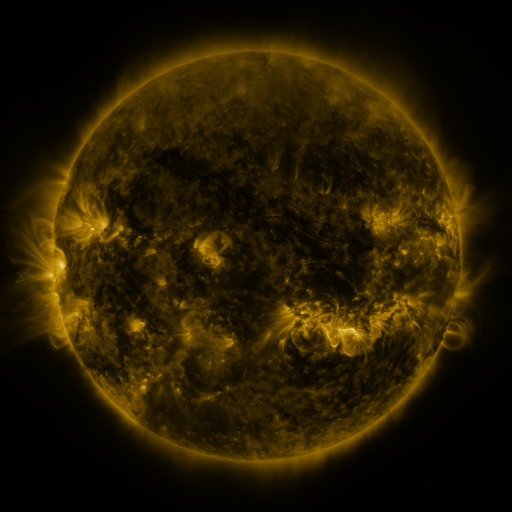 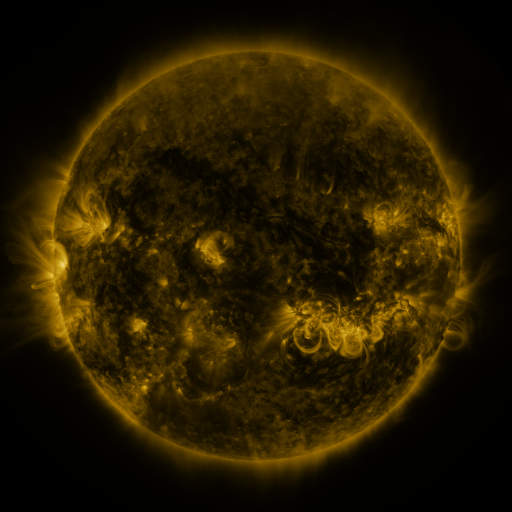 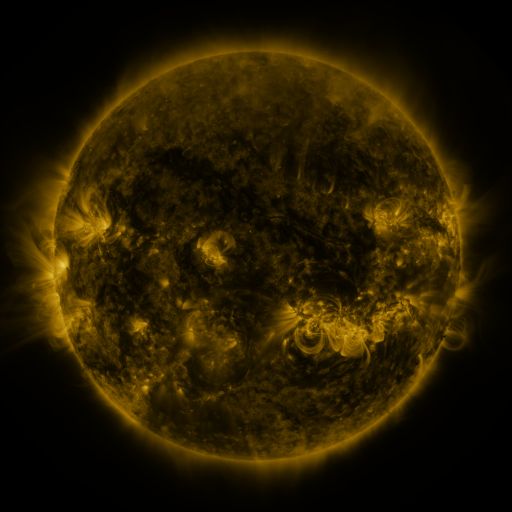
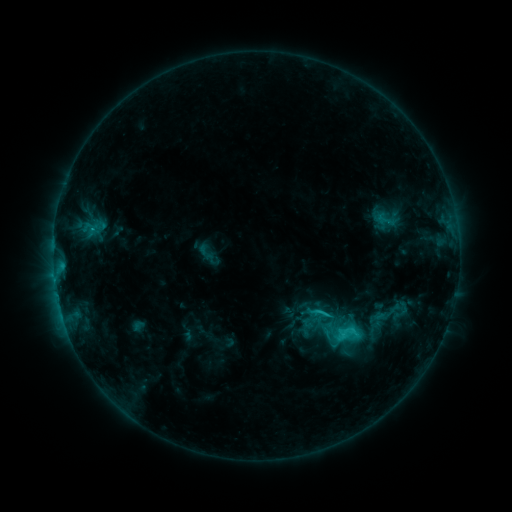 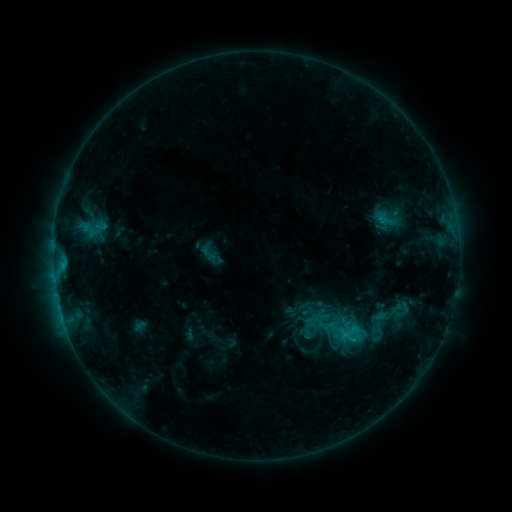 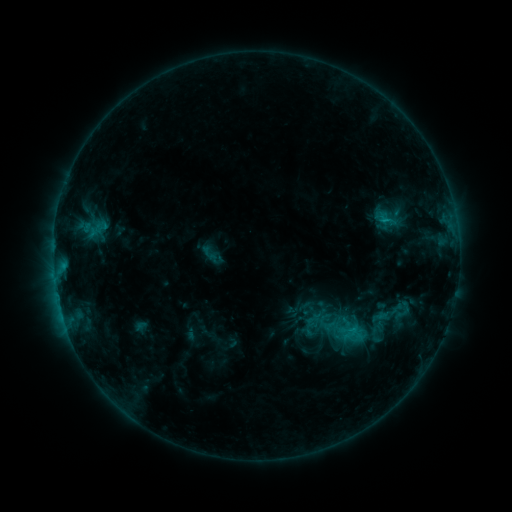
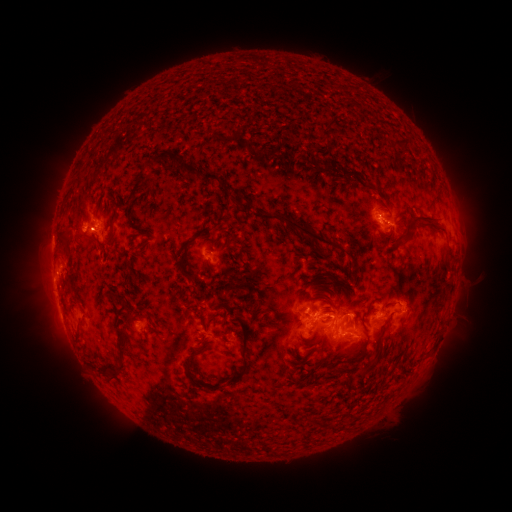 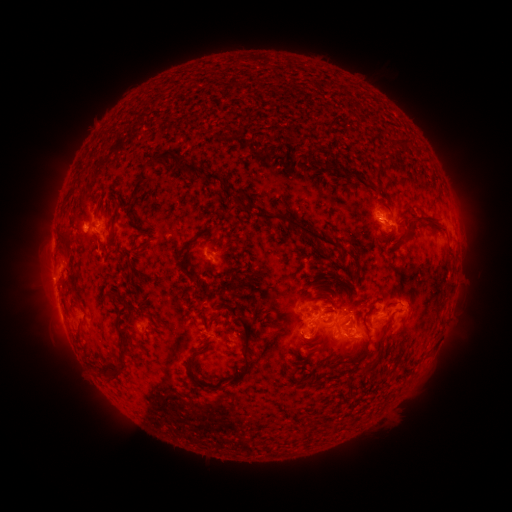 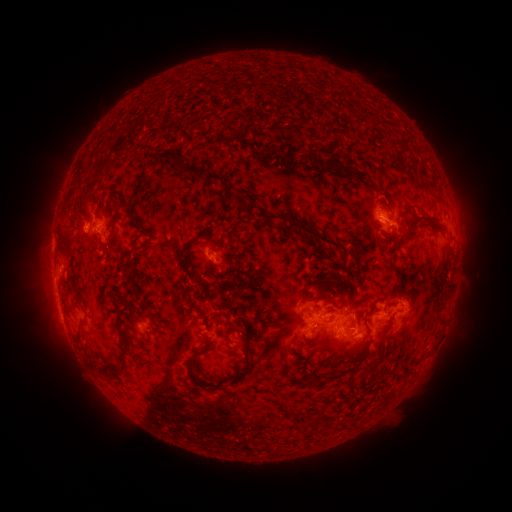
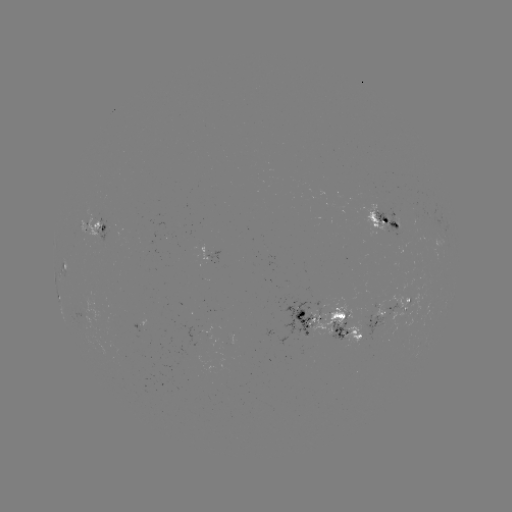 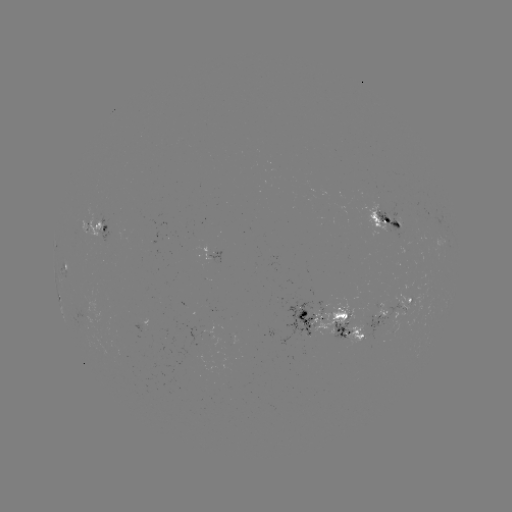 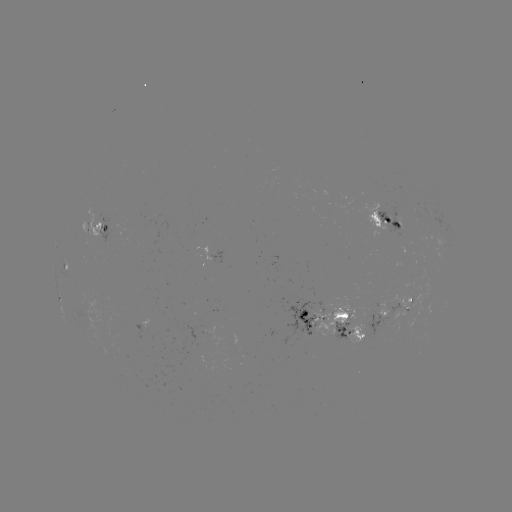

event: emerging-flux region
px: (214, 255)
